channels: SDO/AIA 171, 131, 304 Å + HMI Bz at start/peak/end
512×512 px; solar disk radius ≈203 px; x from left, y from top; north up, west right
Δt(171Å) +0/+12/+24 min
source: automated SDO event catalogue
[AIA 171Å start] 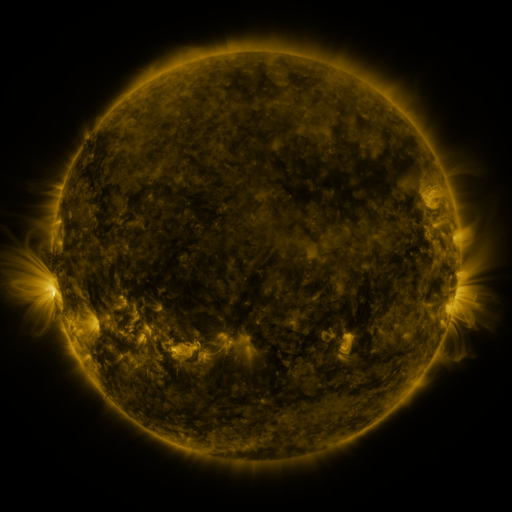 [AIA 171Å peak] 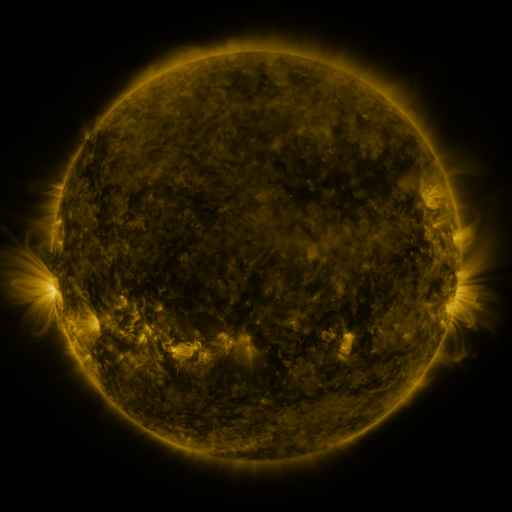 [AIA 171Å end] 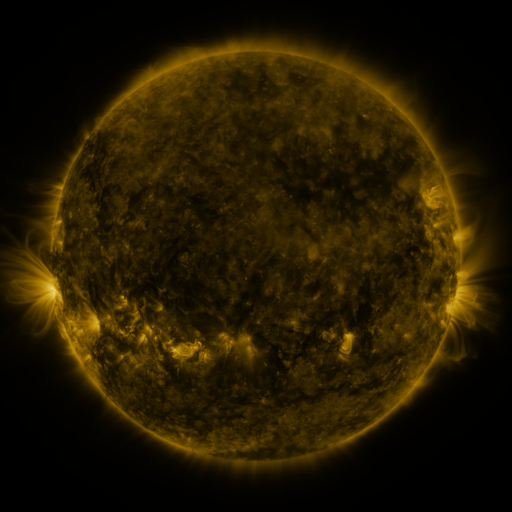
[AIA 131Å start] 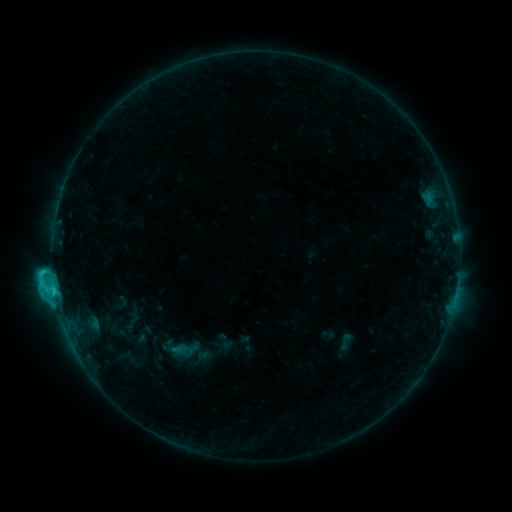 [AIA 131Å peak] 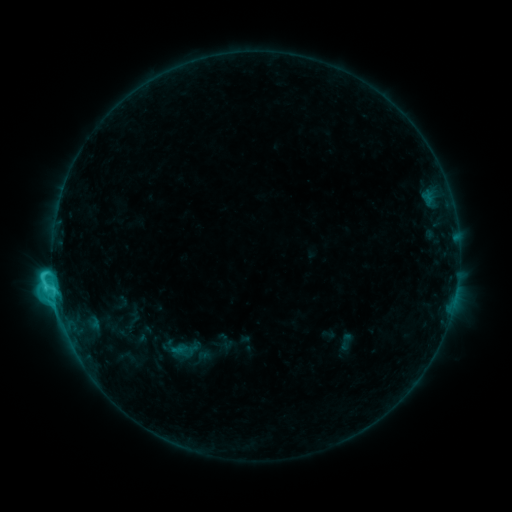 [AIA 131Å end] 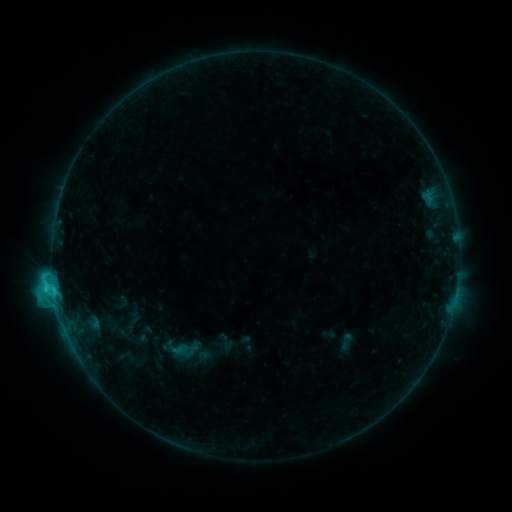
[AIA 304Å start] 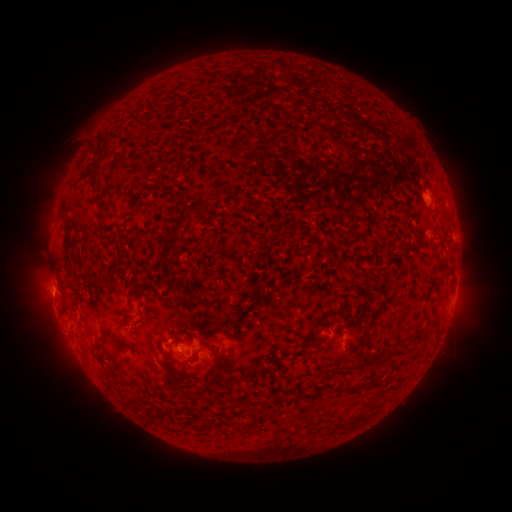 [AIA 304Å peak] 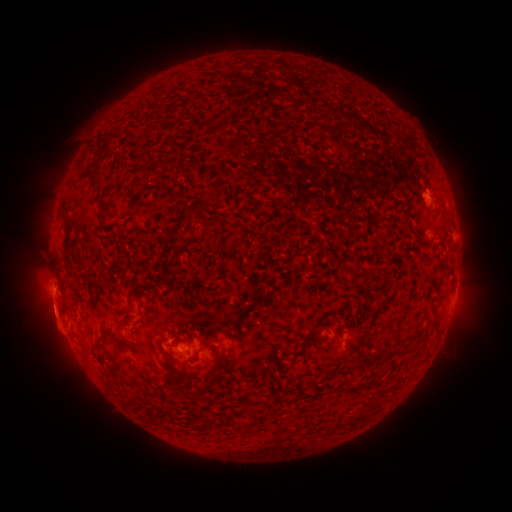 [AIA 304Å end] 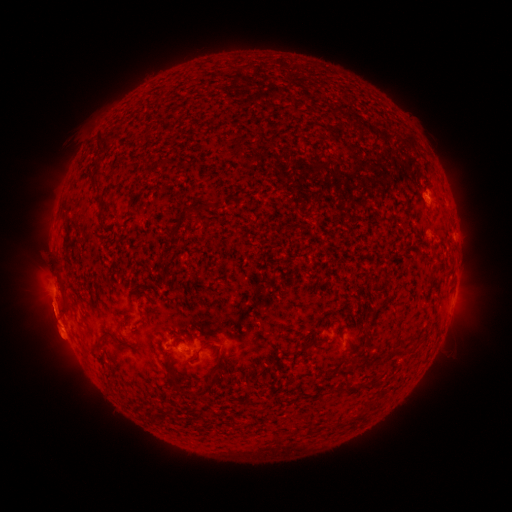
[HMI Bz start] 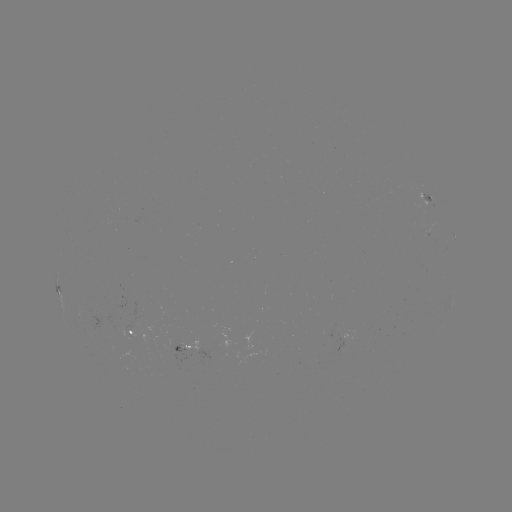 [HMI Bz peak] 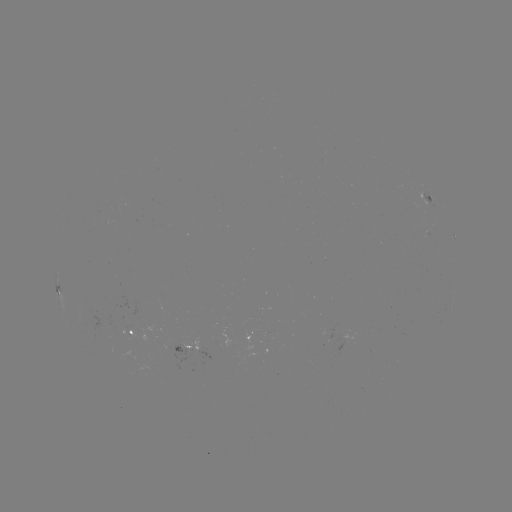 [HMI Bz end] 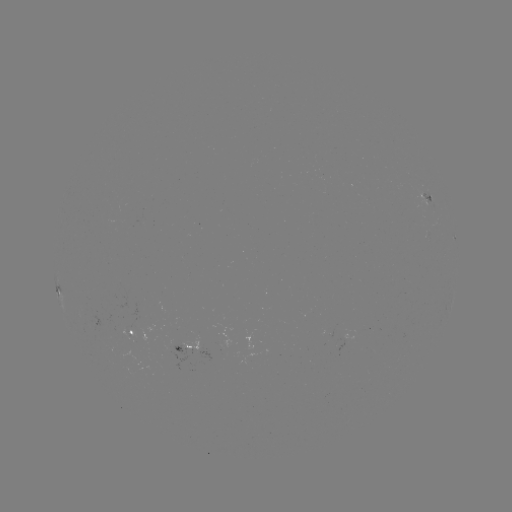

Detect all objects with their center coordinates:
C3.3 flare: (57, 290)
